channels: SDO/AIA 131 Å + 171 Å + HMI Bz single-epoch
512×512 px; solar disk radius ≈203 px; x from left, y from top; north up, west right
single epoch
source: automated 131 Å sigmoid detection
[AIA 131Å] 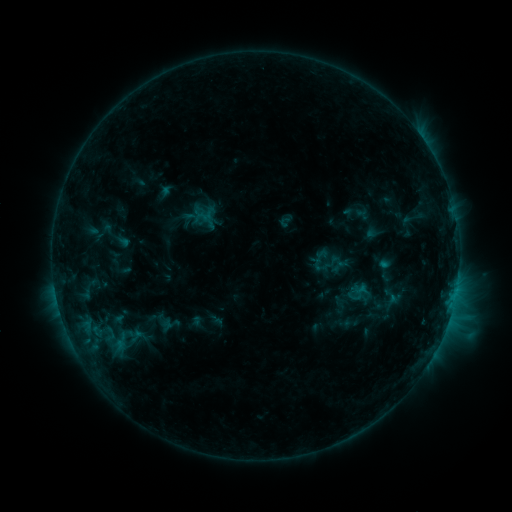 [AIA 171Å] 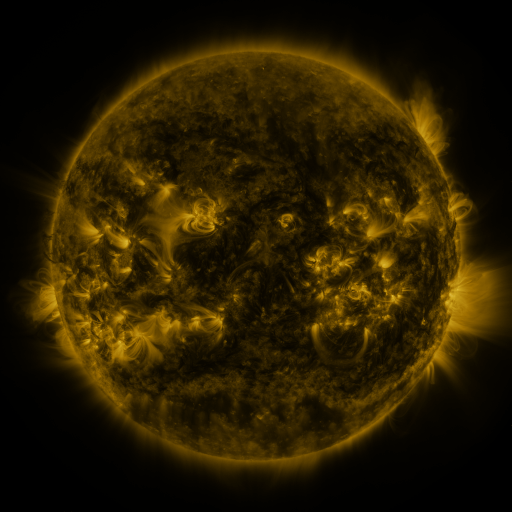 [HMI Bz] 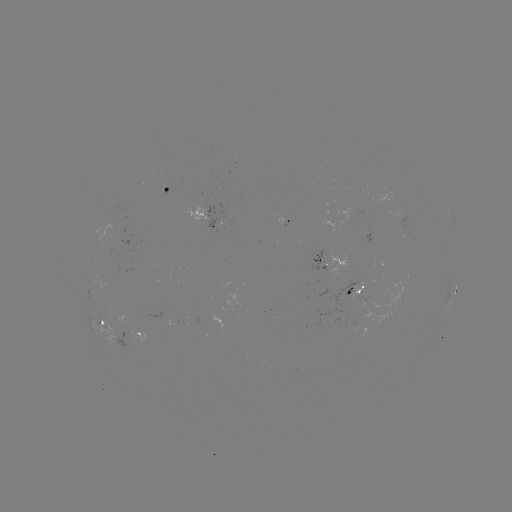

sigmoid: [306, 239, 350, 285]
